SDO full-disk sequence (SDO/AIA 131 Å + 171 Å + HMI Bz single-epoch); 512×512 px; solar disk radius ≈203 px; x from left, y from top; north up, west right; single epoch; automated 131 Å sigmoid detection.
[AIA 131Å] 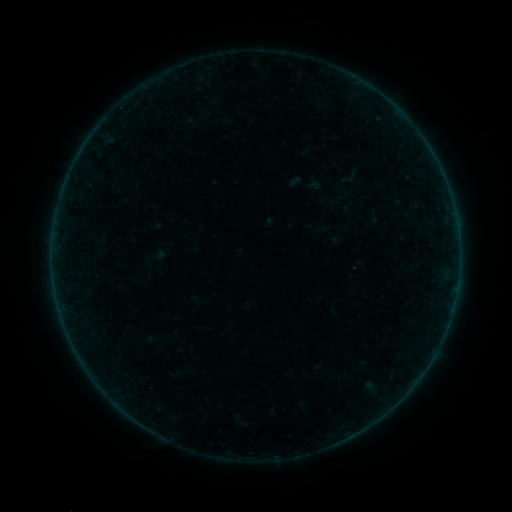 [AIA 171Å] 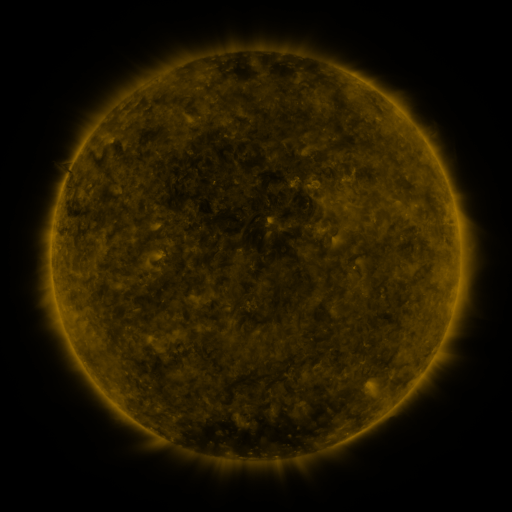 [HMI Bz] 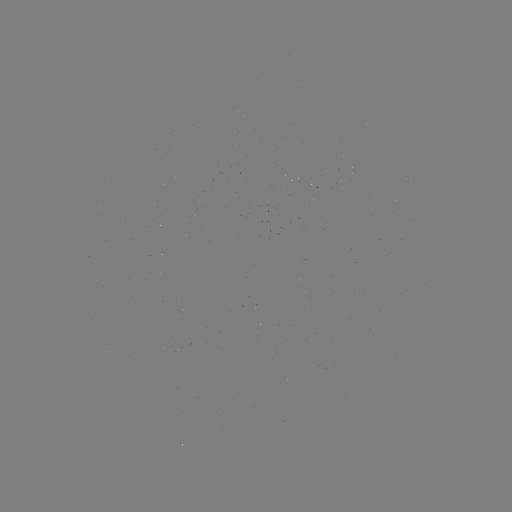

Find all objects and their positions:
sigmoid: (337, 165, 364, 188)
